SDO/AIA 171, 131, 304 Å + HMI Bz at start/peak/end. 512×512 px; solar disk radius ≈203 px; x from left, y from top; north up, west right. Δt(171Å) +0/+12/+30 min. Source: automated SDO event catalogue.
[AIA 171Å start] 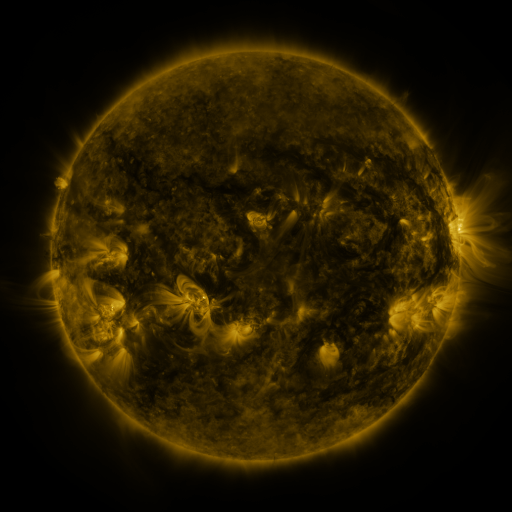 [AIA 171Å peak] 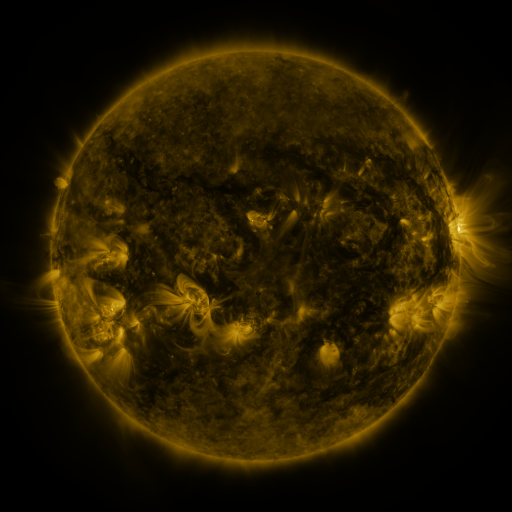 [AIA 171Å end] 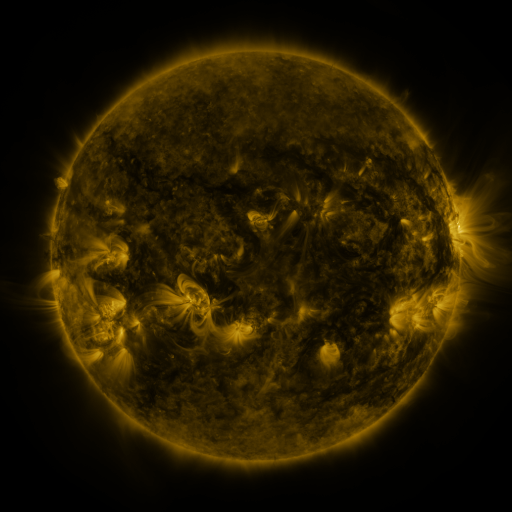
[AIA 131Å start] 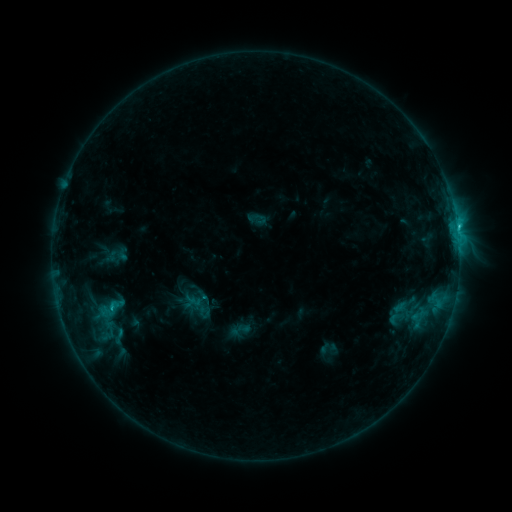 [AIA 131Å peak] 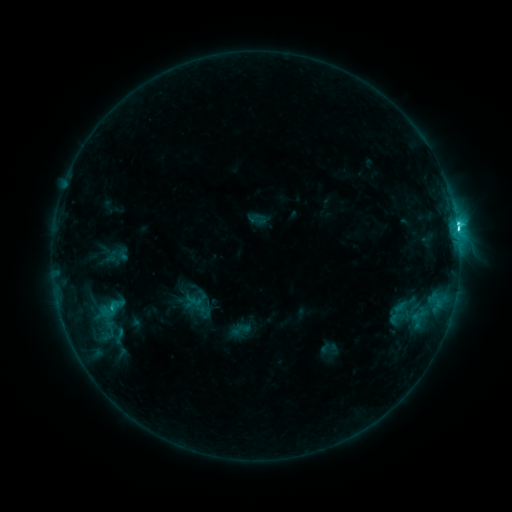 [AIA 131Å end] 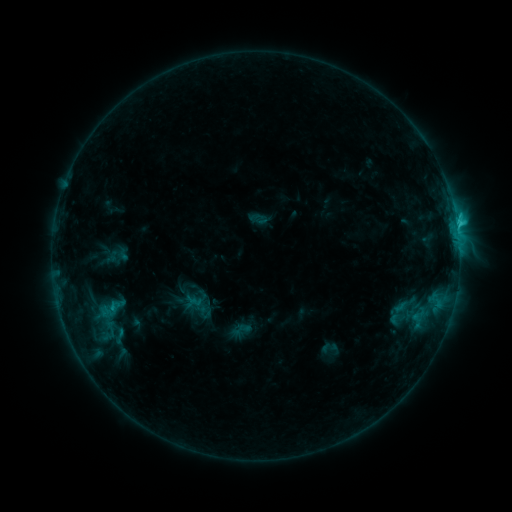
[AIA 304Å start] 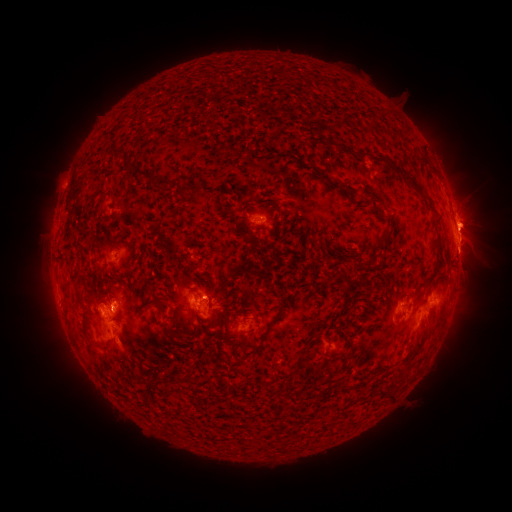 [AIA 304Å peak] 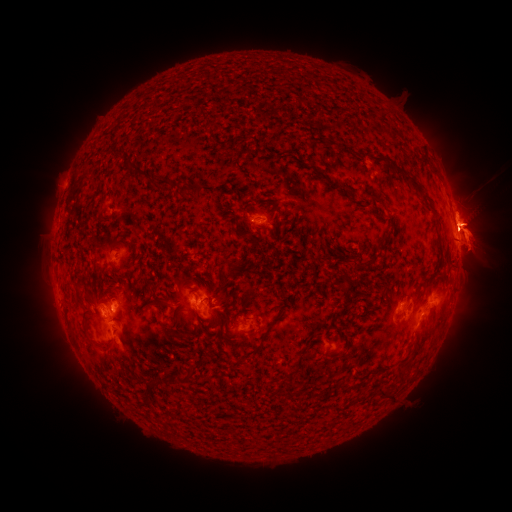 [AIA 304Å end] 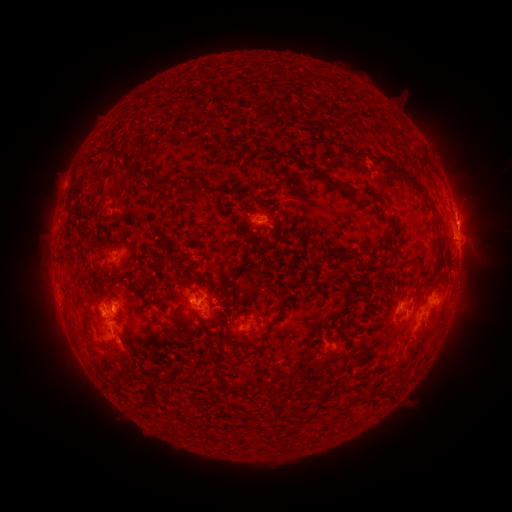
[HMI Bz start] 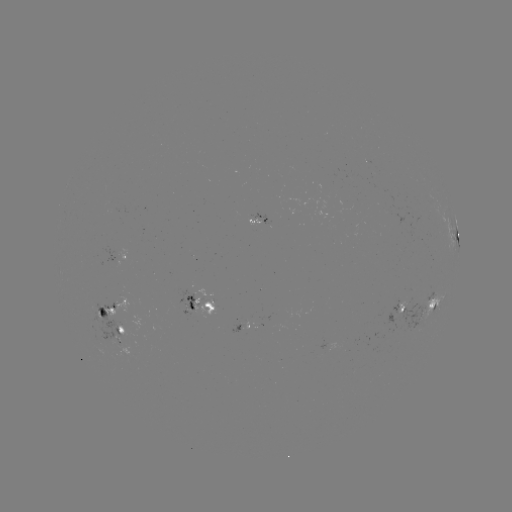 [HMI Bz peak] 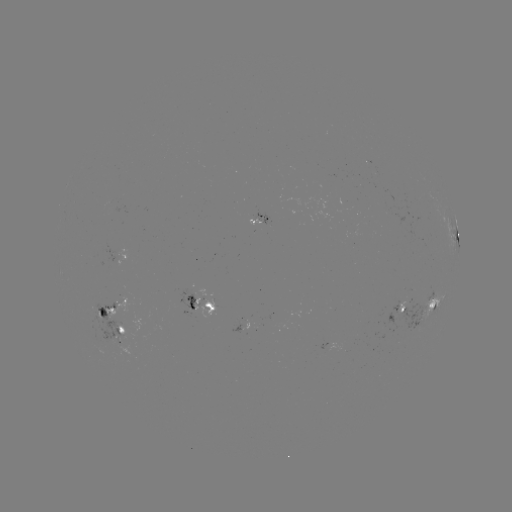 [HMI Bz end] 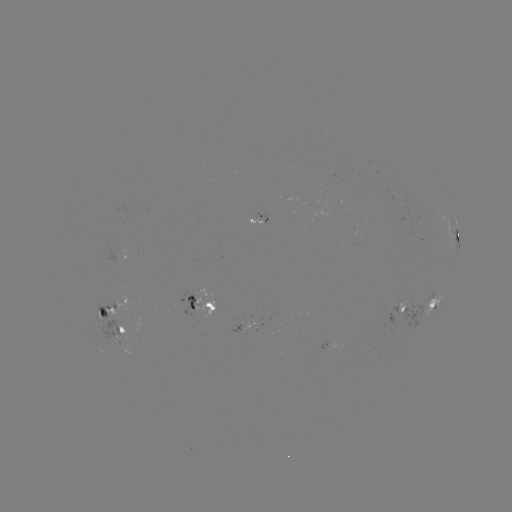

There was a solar eruption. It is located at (480, 233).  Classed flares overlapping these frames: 1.